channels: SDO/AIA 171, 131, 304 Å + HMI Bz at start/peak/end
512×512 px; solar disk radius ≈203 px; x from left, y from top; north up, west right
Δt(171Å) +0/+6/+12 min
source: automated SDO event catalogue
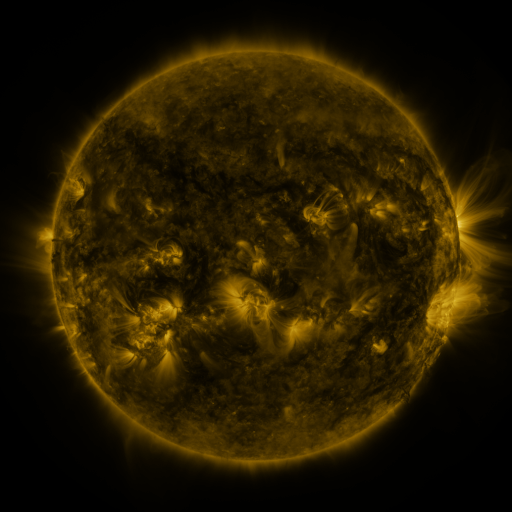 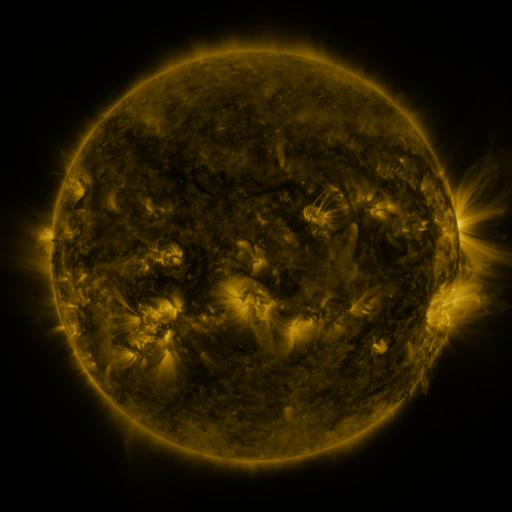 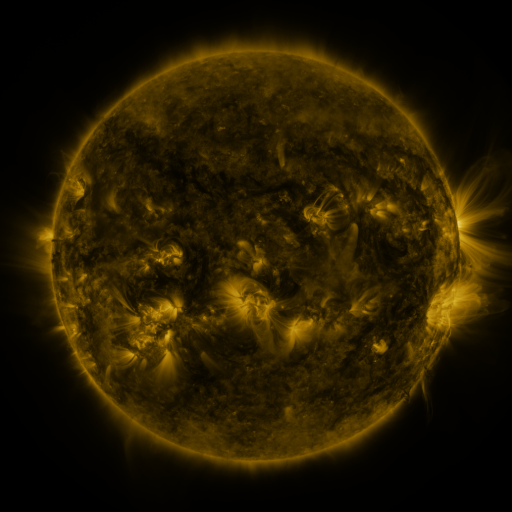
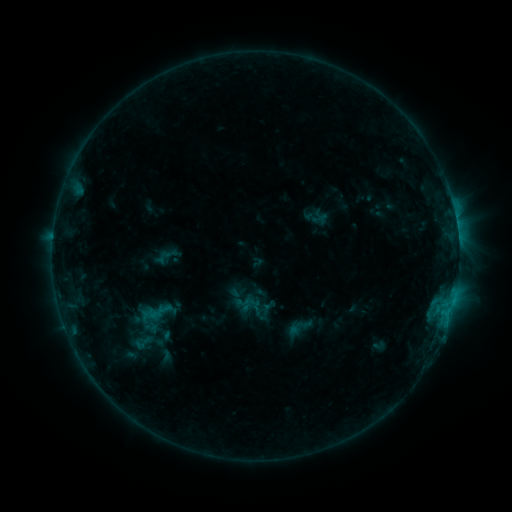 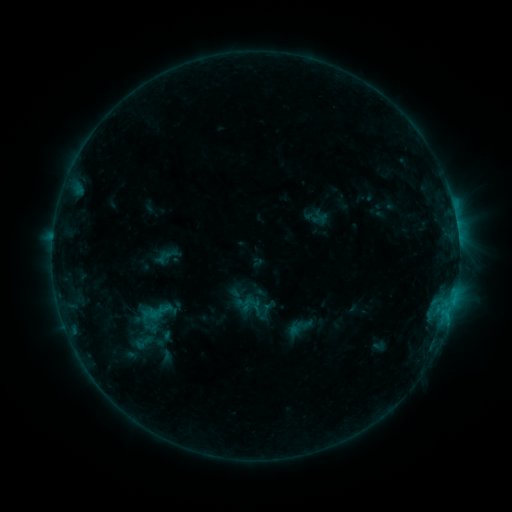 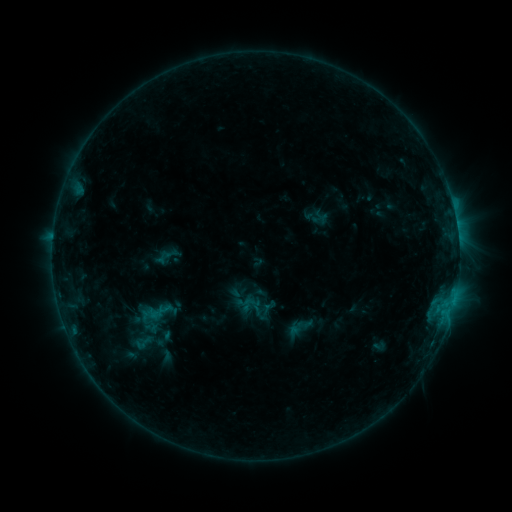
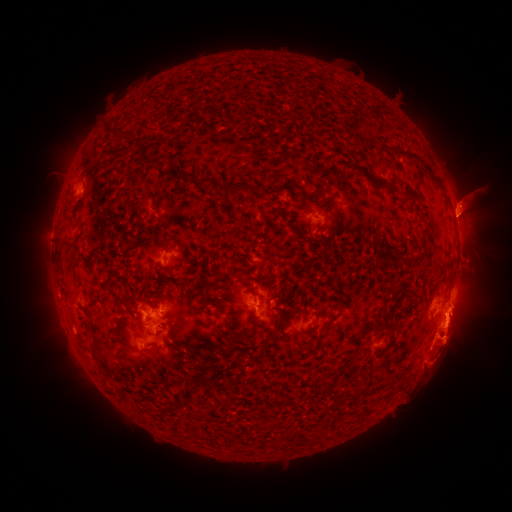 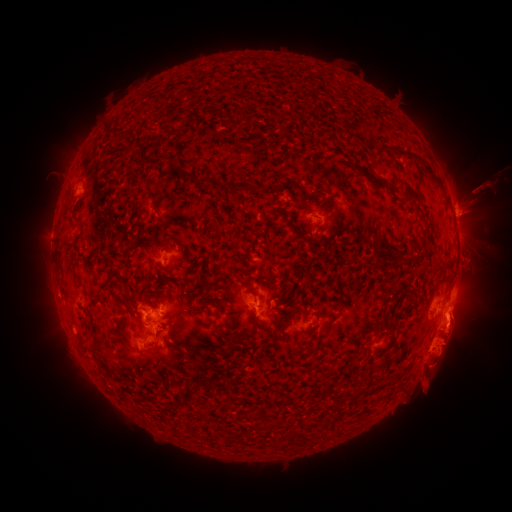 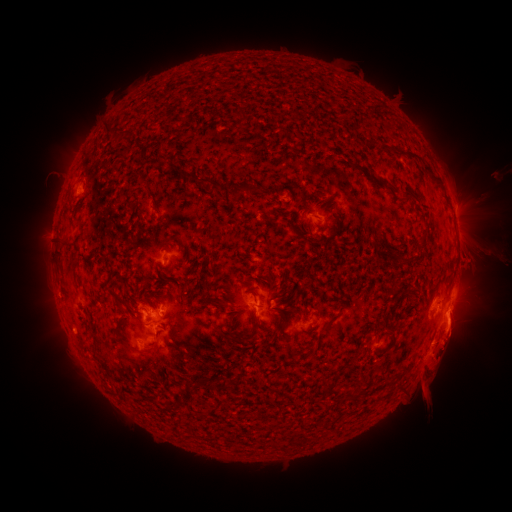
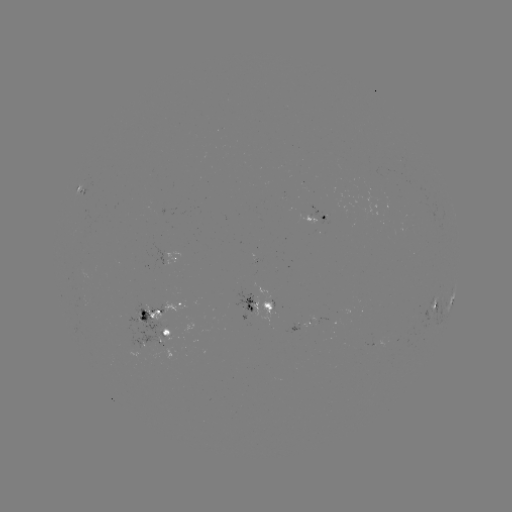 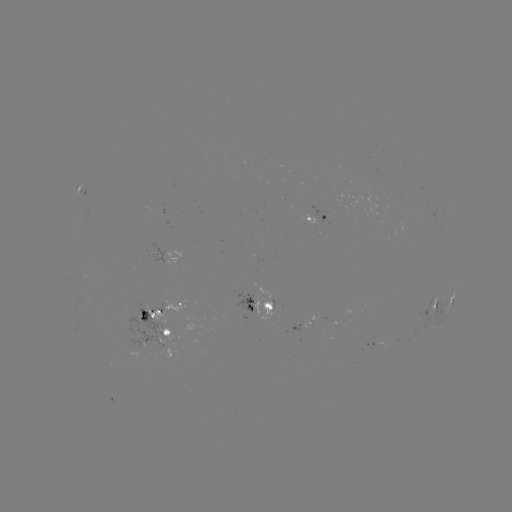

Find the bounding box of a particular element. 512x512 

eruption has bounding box [451, 158, 511, 245].